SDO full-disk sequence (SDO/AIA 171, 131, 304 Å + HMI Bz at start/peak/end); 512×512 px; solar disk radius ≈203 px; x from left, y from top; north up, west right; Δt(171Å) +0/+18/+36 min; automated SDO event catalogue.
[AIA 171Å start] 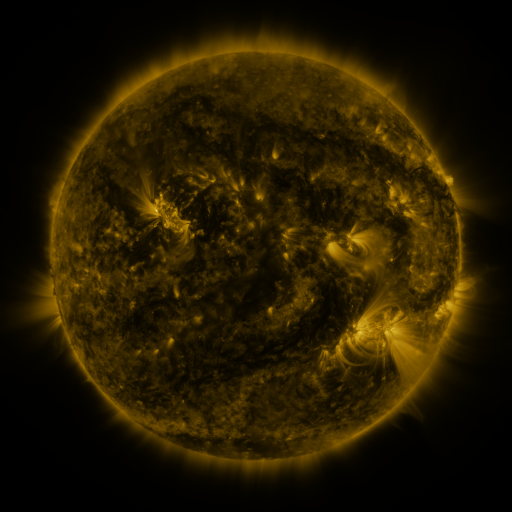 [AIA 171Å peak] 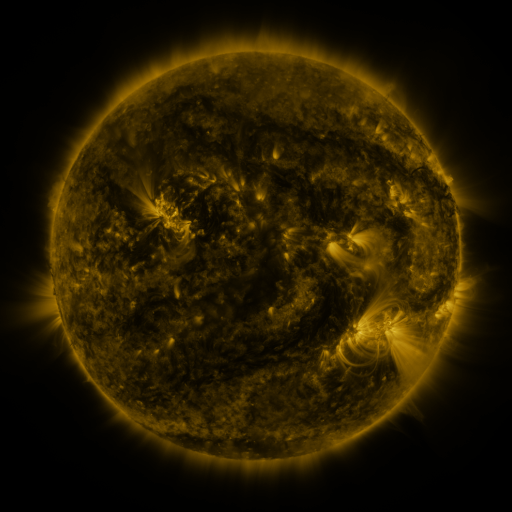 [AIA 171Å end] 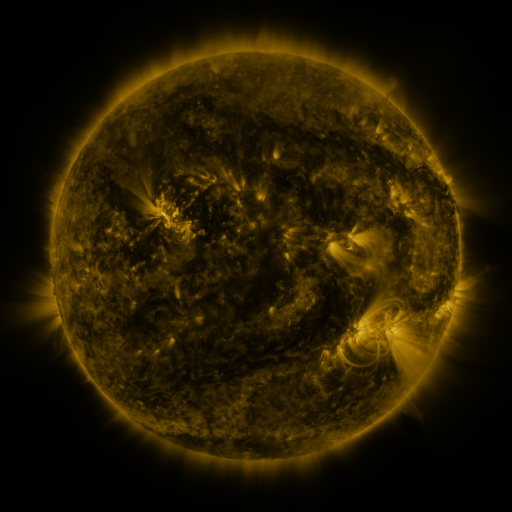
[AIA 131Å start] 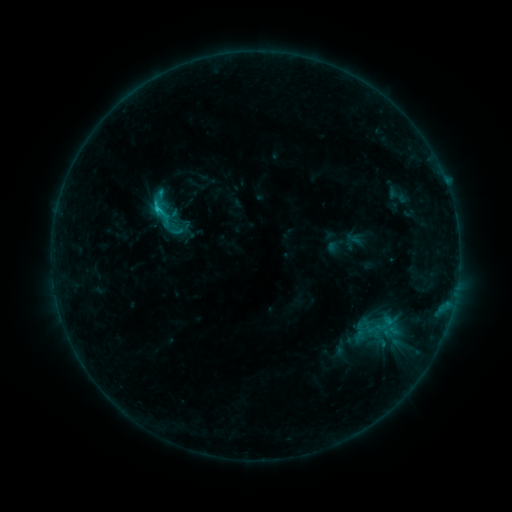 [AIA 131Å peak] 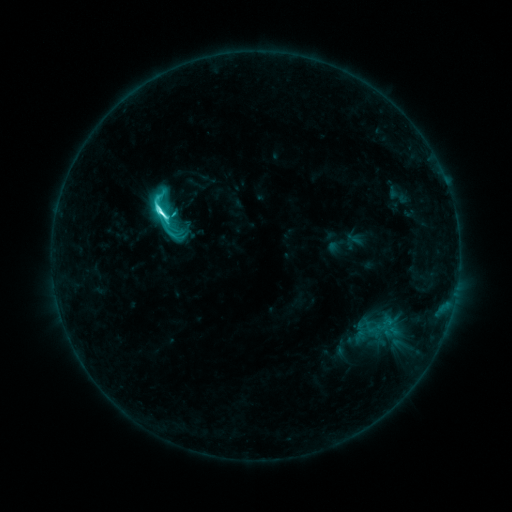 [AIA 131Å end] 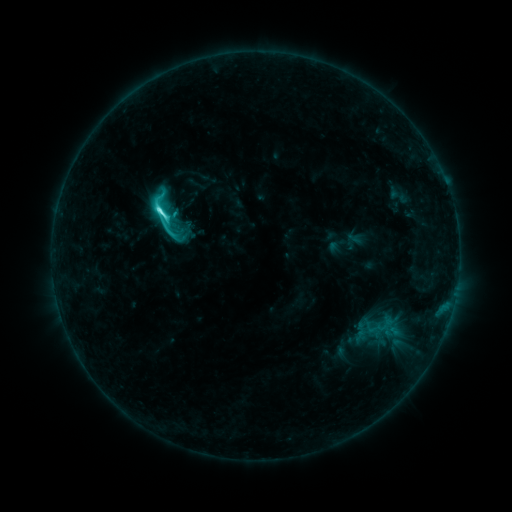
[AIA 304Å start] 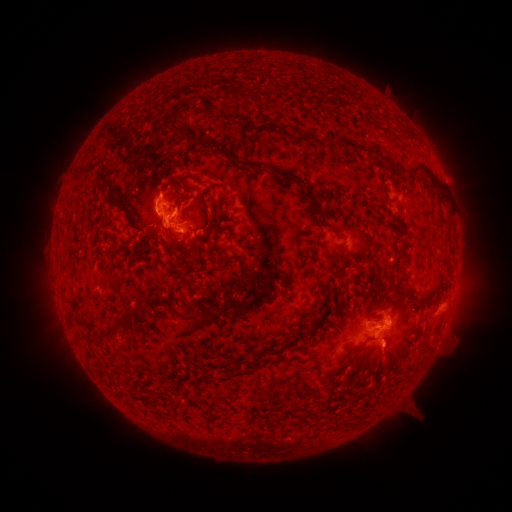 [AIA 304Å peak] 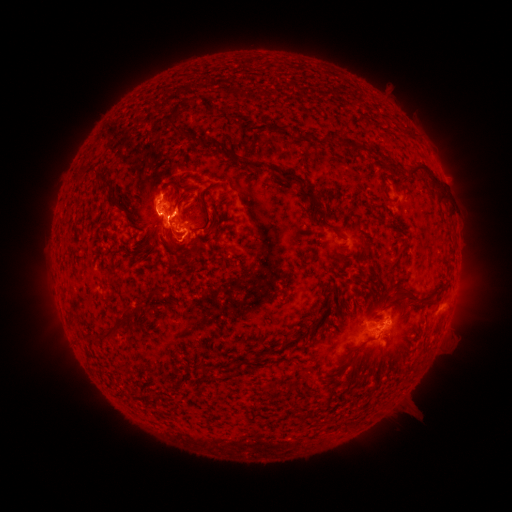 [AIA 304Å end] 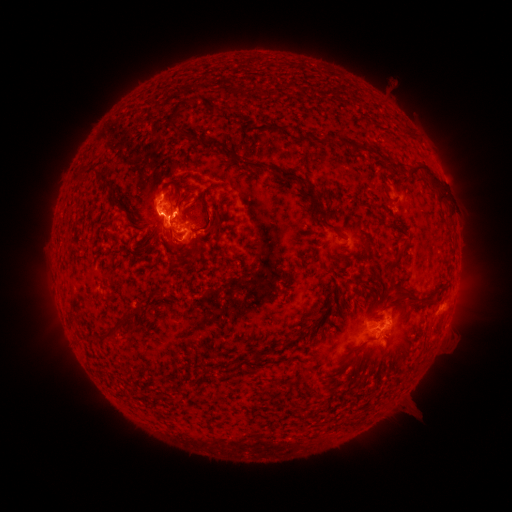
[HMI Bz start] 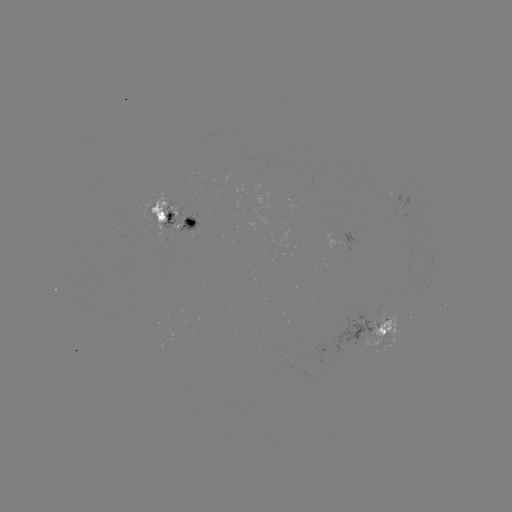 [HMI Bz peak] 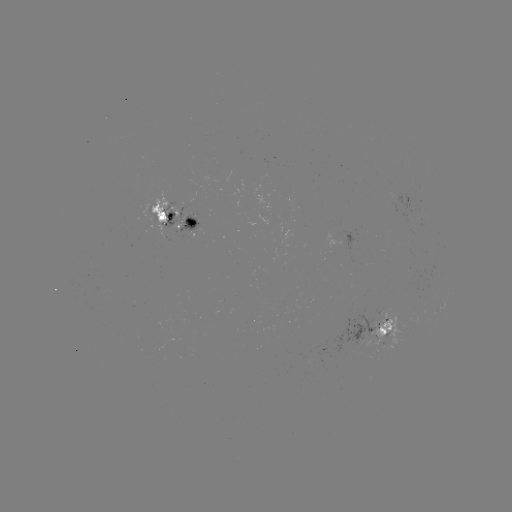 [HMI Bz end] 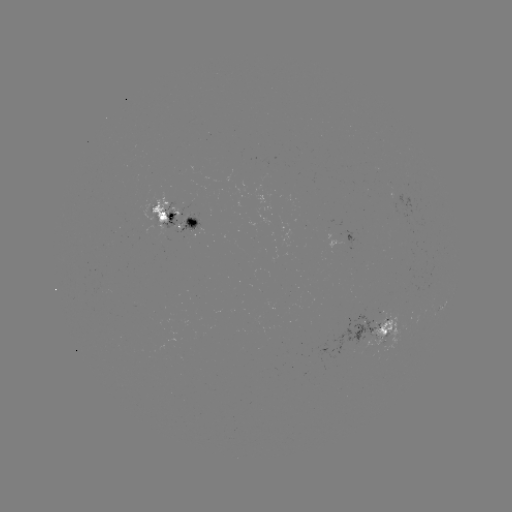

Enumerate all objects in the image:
M1.0 flare: (162, 214)
